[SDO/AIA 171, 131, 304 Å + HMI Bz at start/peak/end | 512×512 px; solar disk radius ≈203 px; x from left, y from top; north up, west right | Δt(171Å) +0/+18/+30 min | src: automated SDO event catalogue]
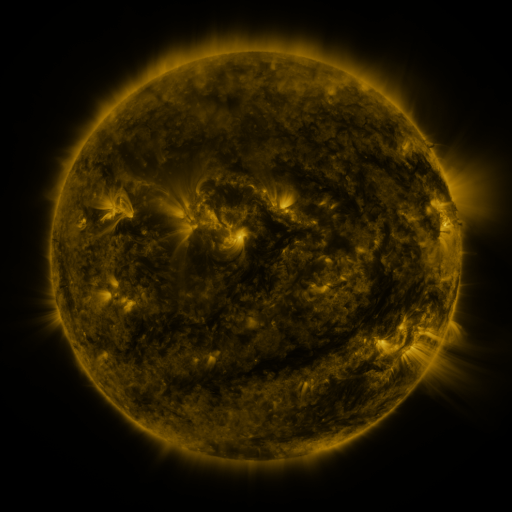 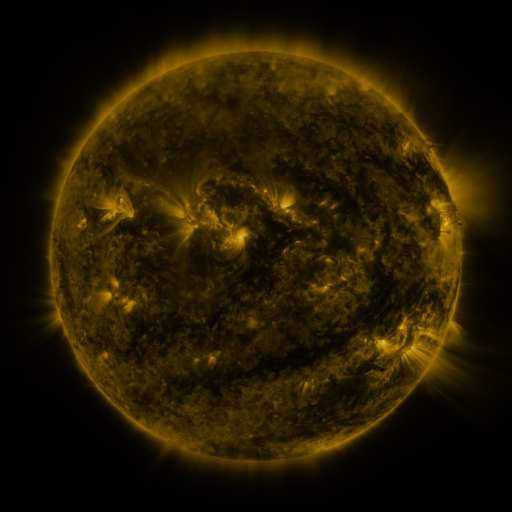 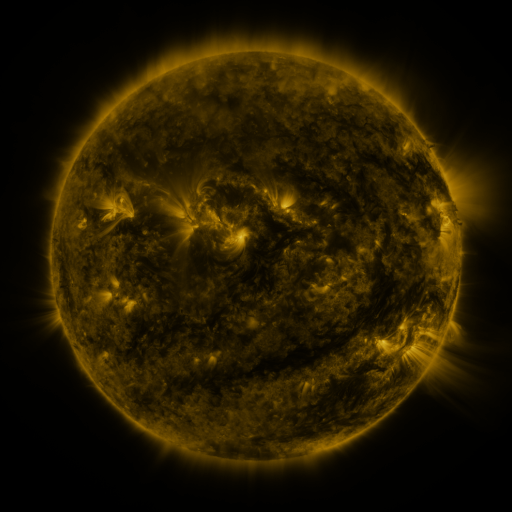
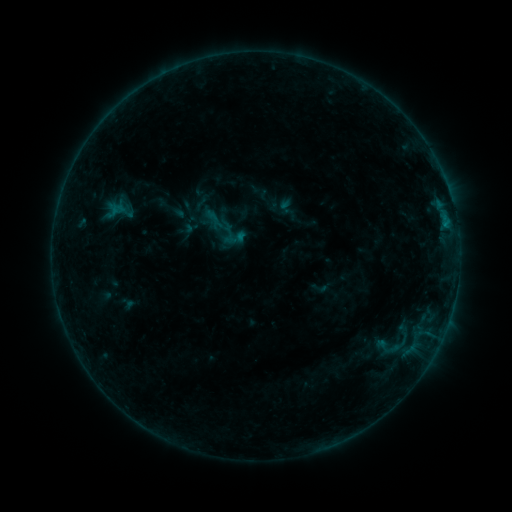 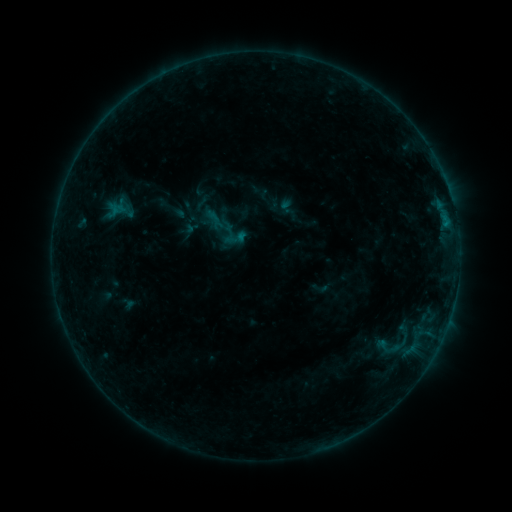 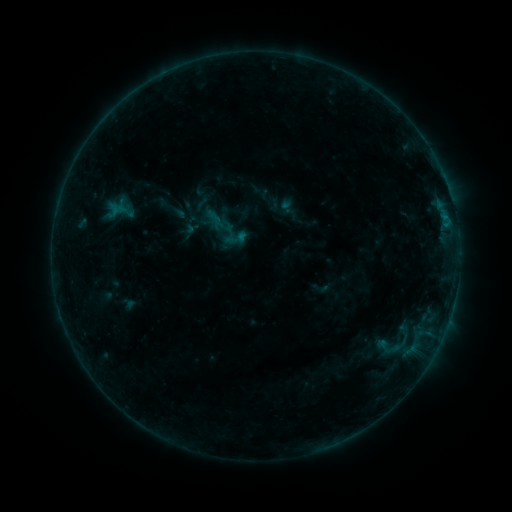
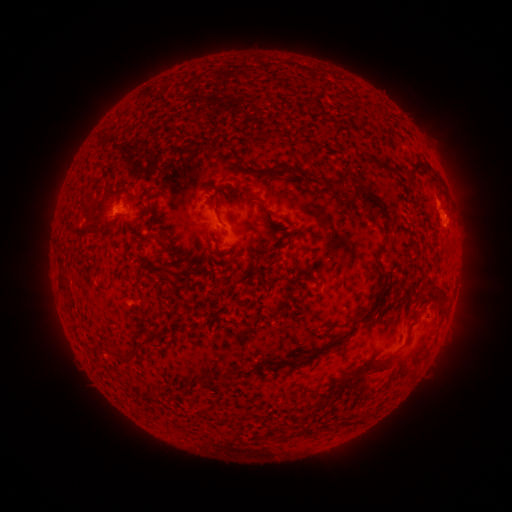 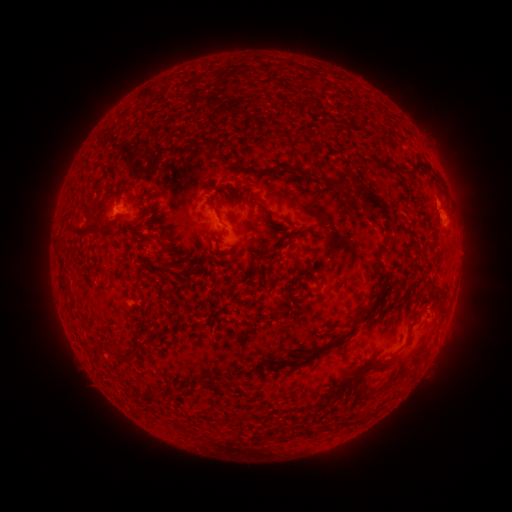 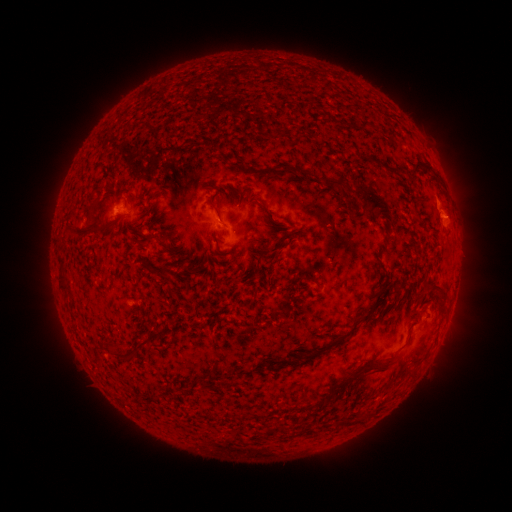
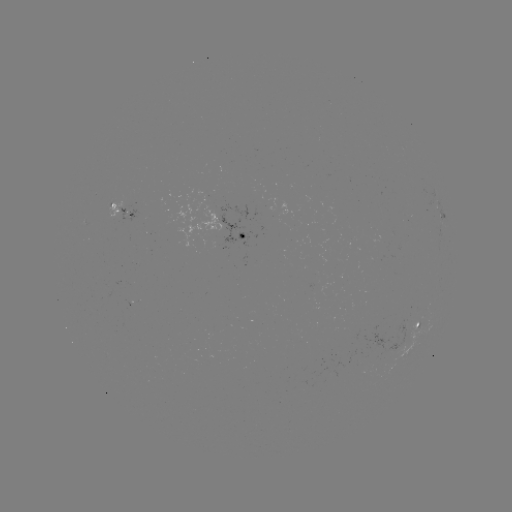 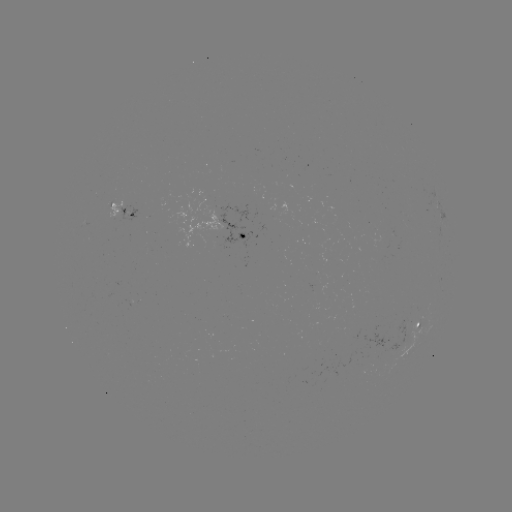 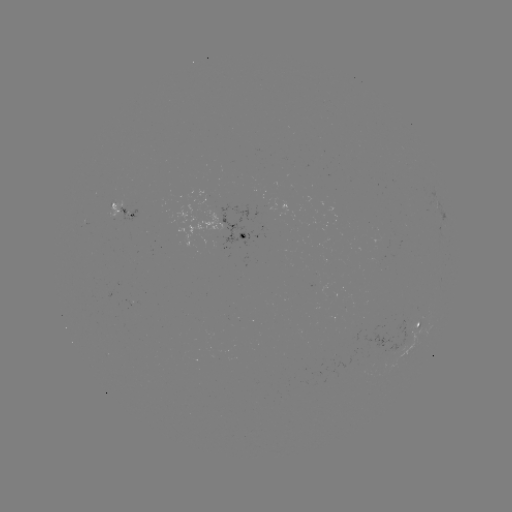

no catalogued flare and no flagged EUV brightening in this window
